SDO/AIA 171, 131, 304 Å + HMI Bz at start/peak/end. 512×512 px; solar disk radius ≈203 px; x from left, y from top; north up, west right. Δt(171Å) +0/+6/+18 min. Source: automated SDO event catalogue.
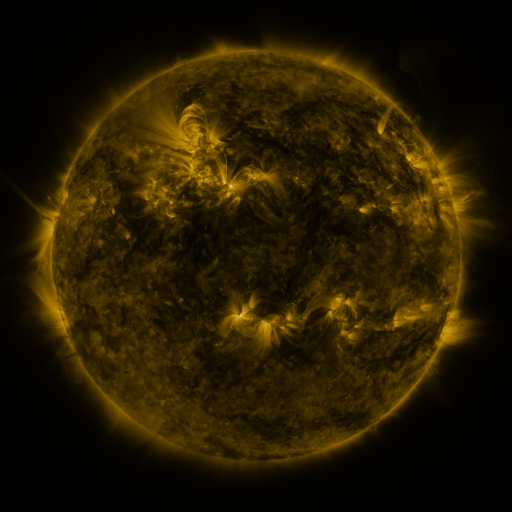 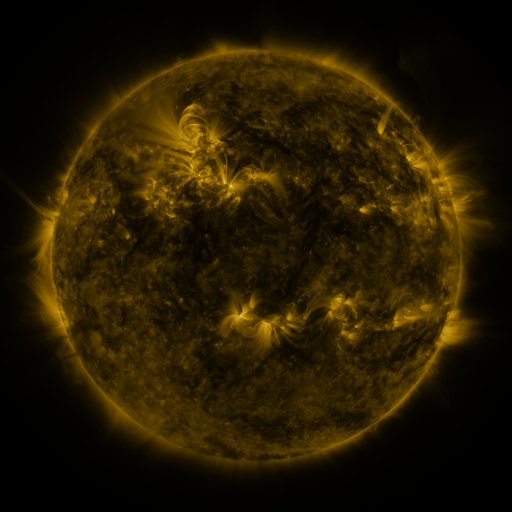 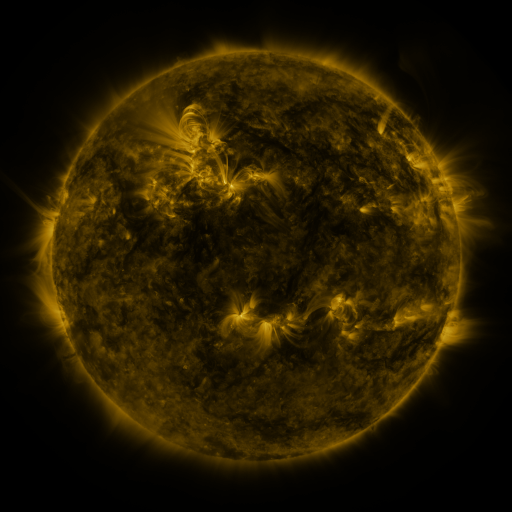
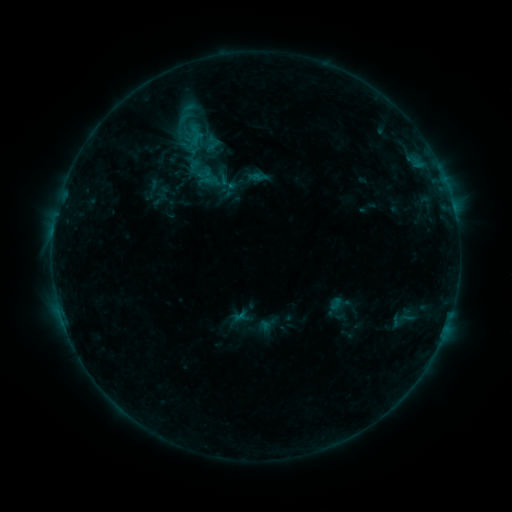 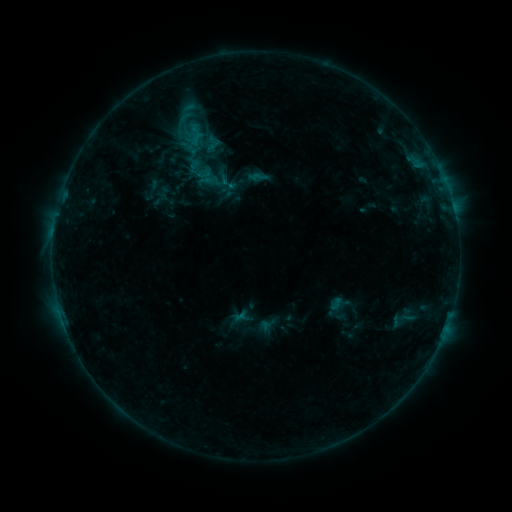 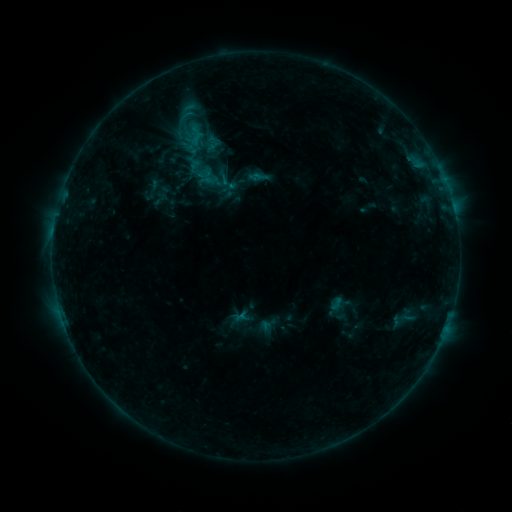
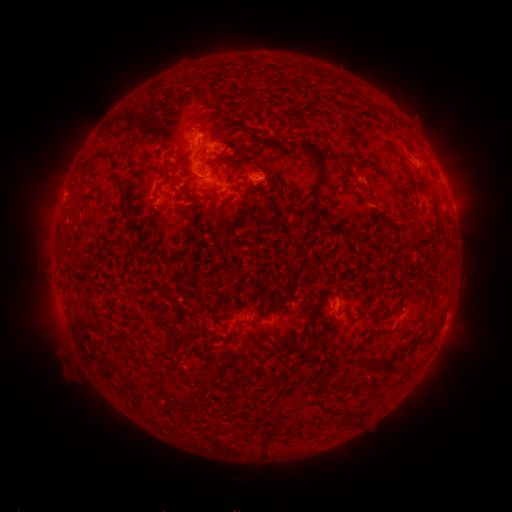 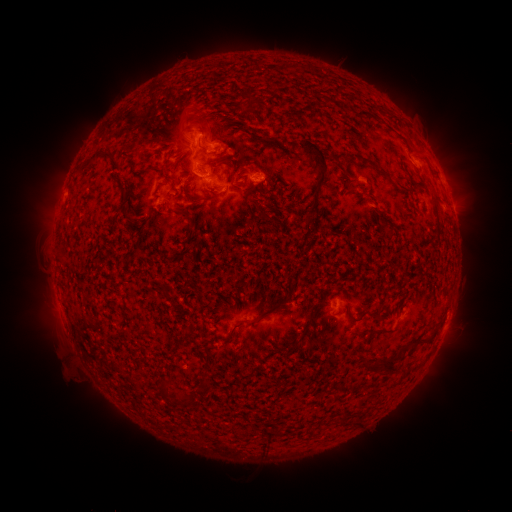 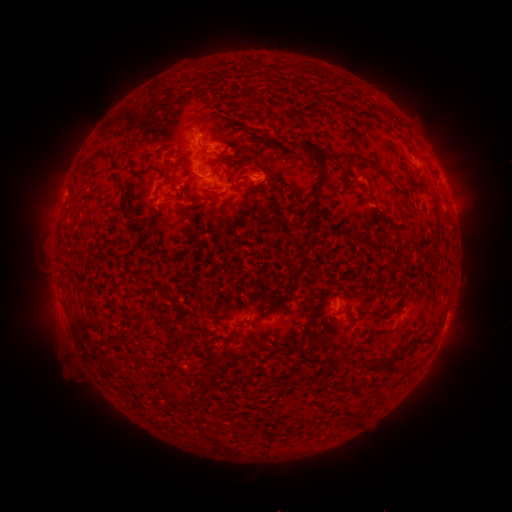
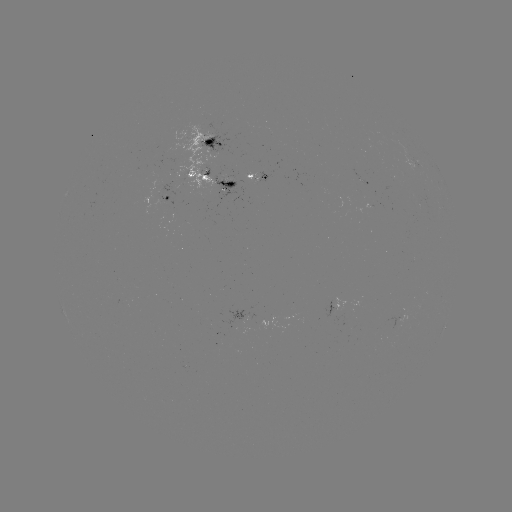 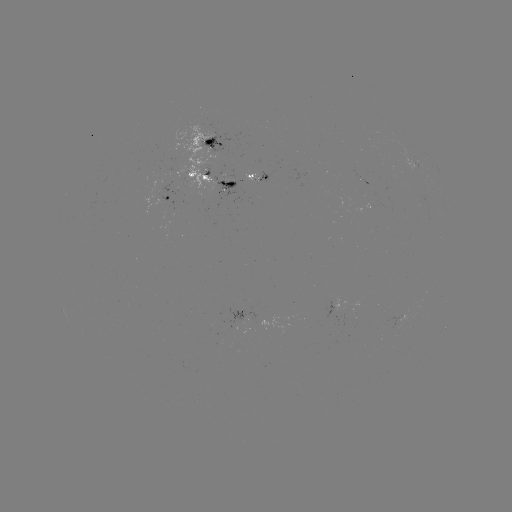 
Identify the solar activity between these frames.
nothing was catalogued: no classed flare, no EUV trigger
